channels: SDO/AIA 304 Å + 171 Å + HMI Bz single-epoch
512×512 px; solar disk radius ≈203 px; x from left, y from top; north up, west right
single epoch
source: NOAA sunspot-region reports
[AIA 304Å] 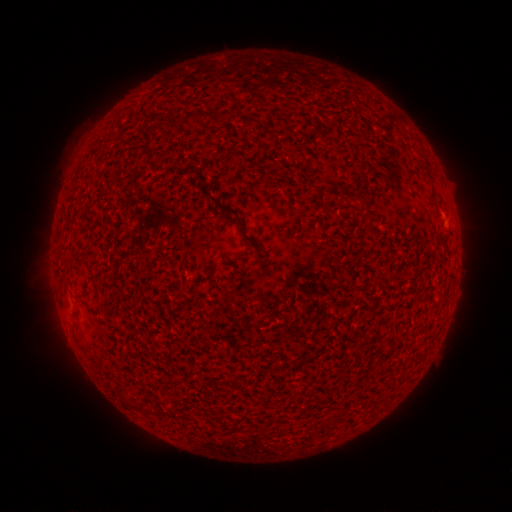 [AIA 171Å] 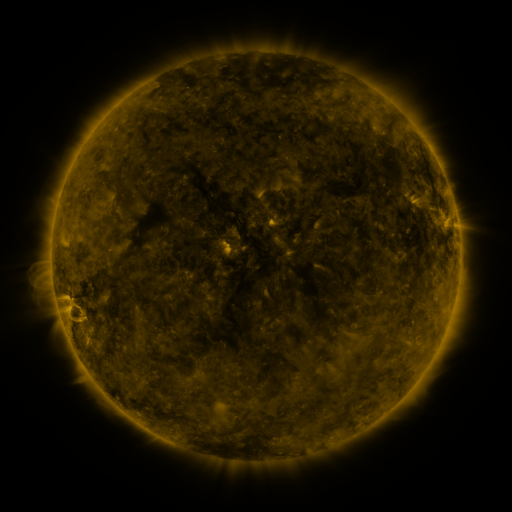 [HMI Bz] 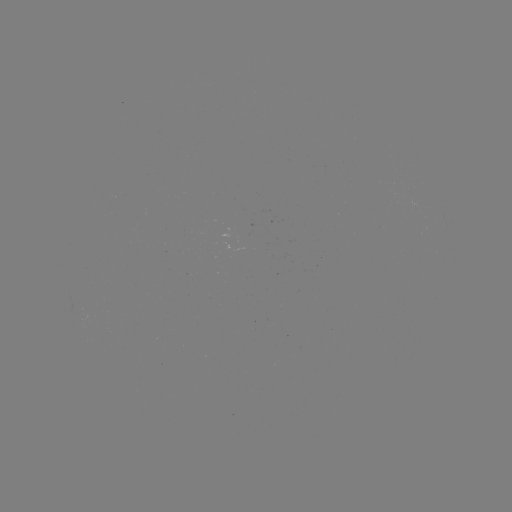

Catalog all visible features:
(none)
